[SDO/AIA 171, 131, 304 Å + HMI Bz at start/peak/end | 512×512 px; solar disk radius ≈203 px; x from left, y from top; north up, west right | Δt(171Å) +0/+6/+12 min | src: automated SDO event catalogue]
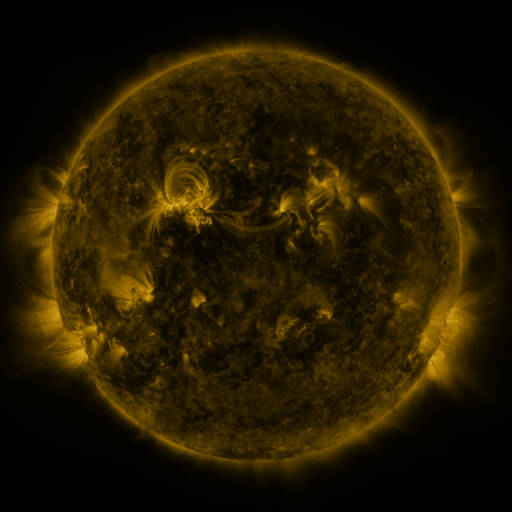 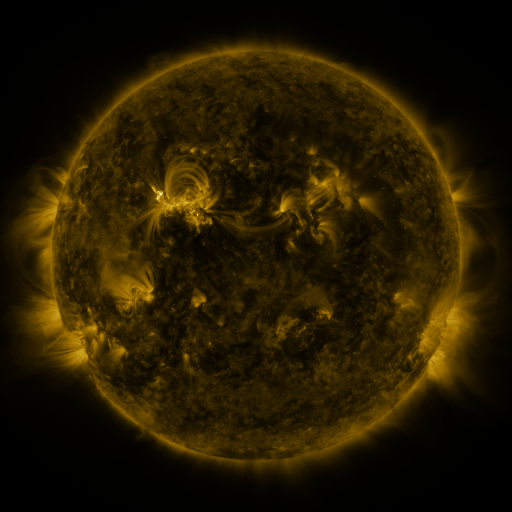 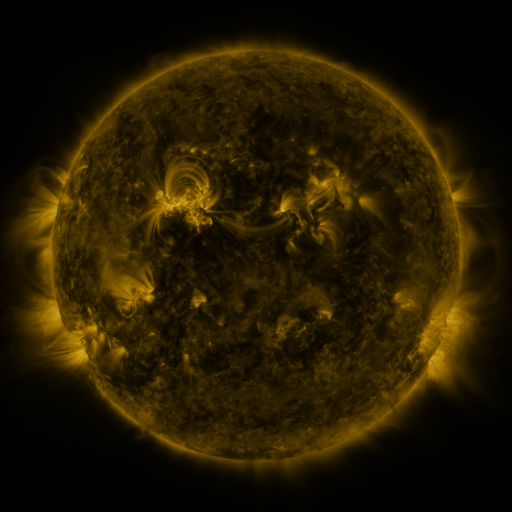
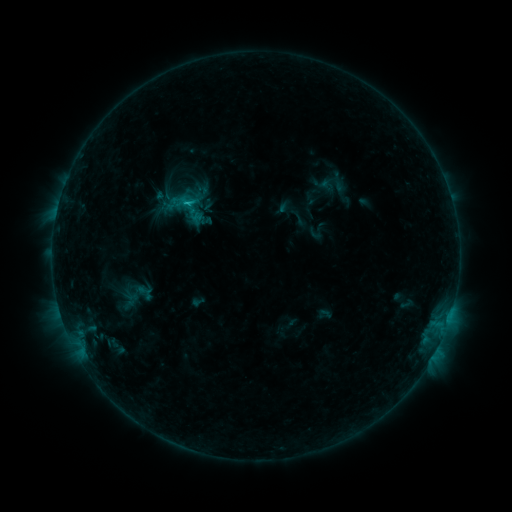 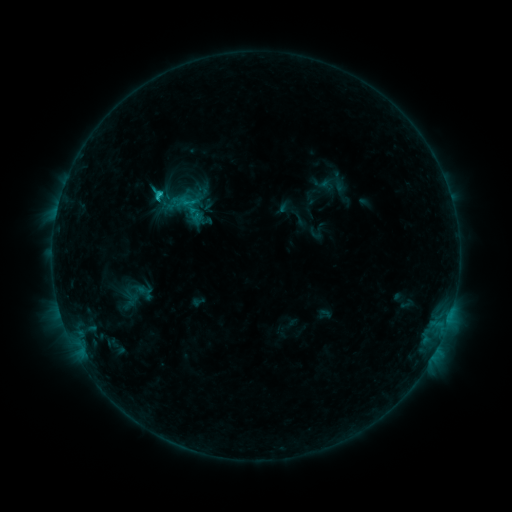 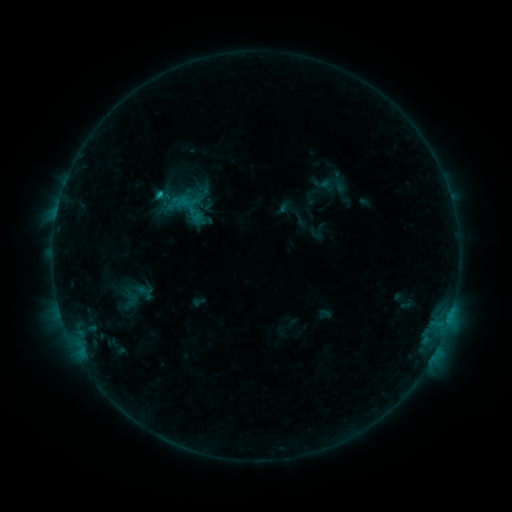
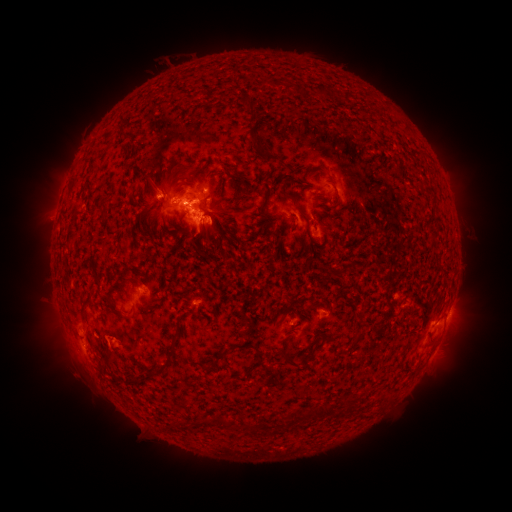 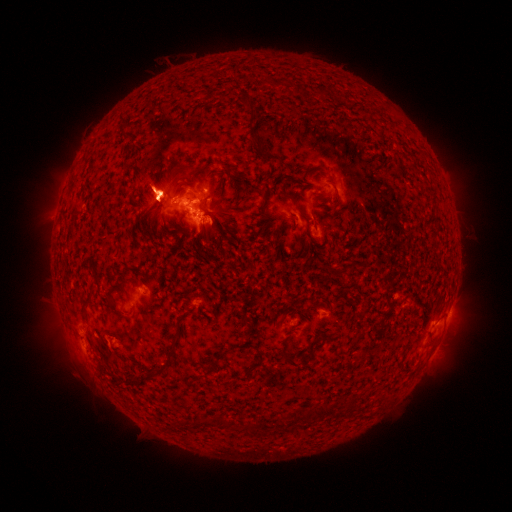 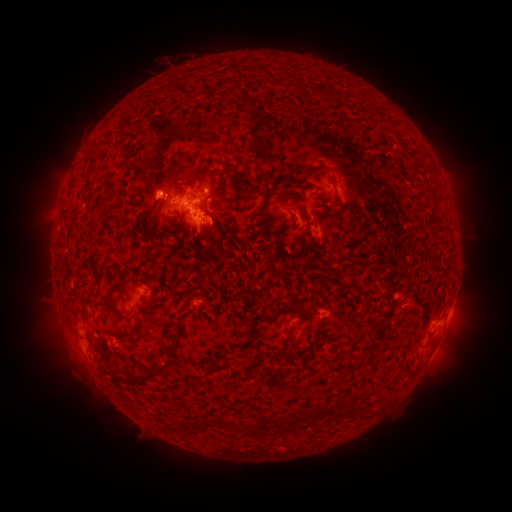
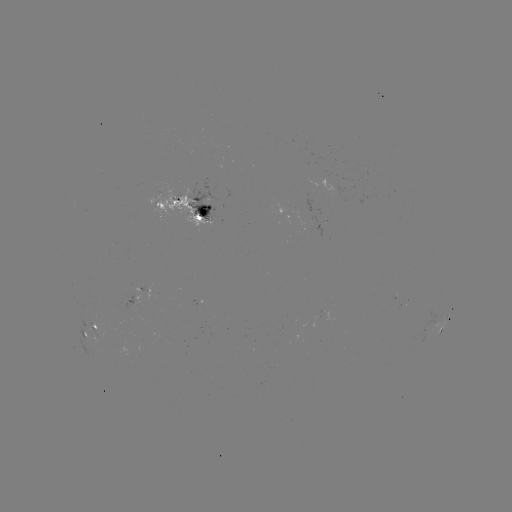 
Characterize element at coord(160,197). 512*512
C1.2 flare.